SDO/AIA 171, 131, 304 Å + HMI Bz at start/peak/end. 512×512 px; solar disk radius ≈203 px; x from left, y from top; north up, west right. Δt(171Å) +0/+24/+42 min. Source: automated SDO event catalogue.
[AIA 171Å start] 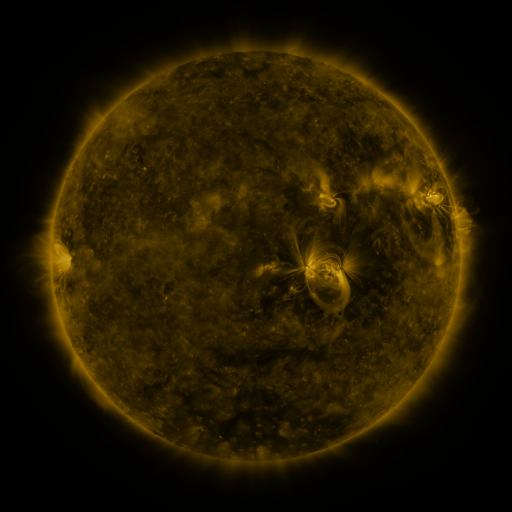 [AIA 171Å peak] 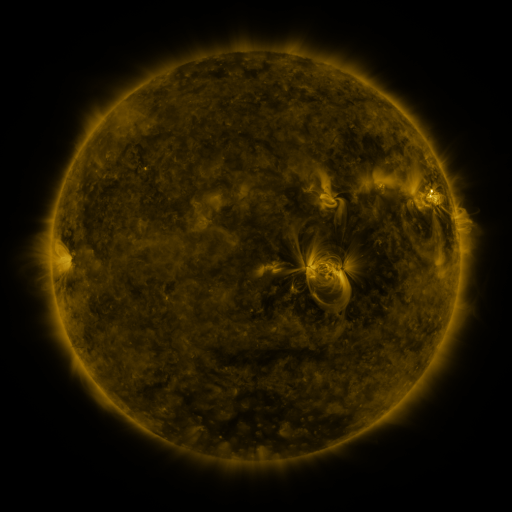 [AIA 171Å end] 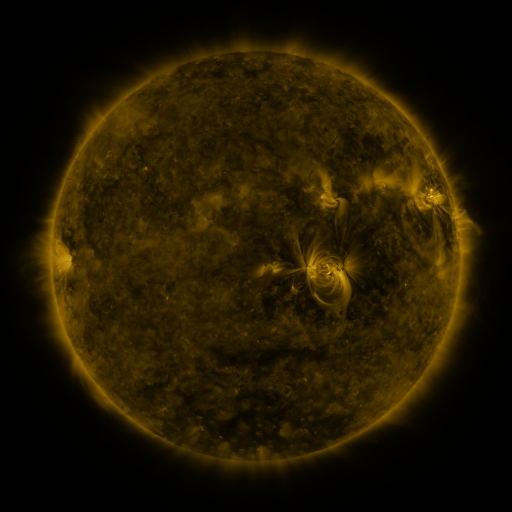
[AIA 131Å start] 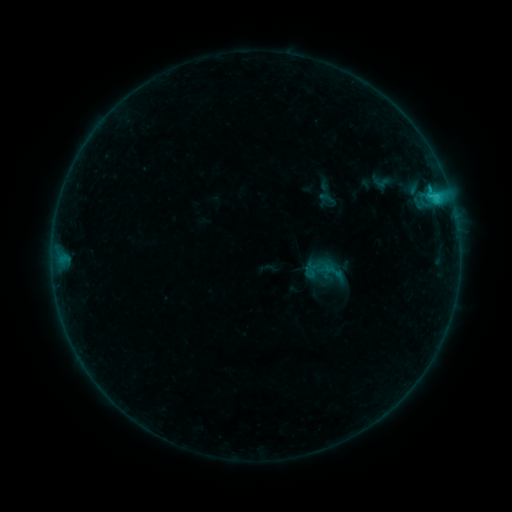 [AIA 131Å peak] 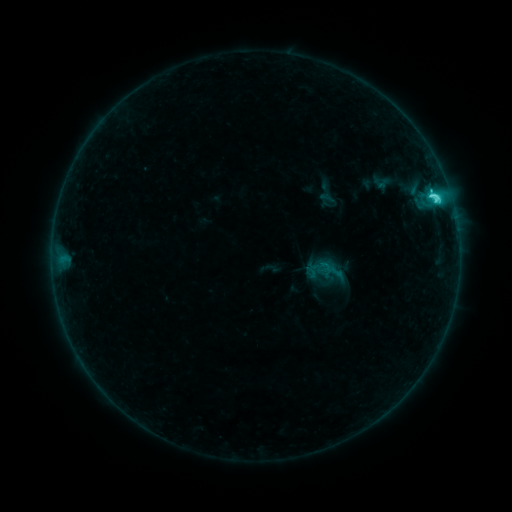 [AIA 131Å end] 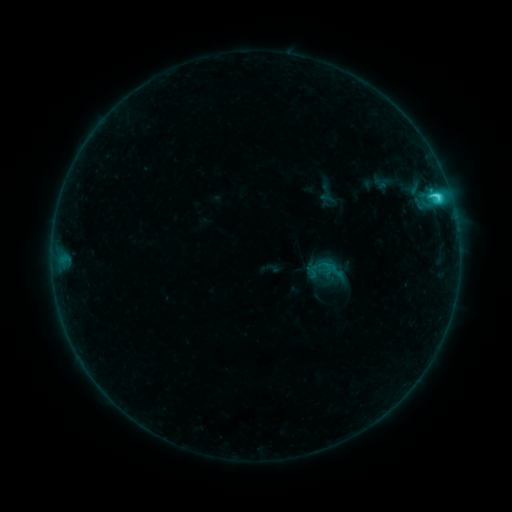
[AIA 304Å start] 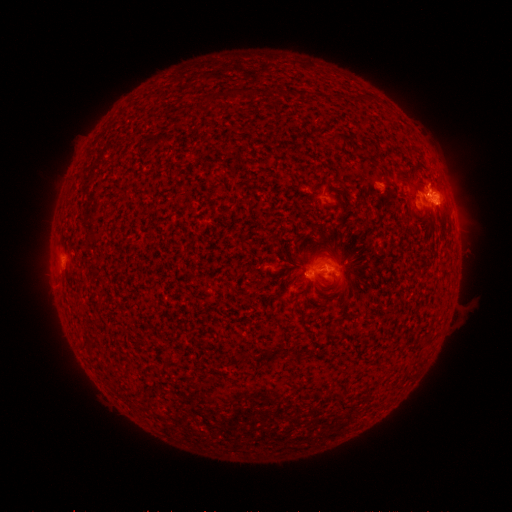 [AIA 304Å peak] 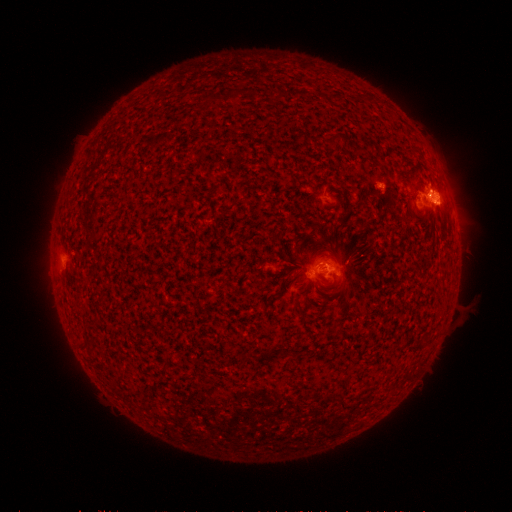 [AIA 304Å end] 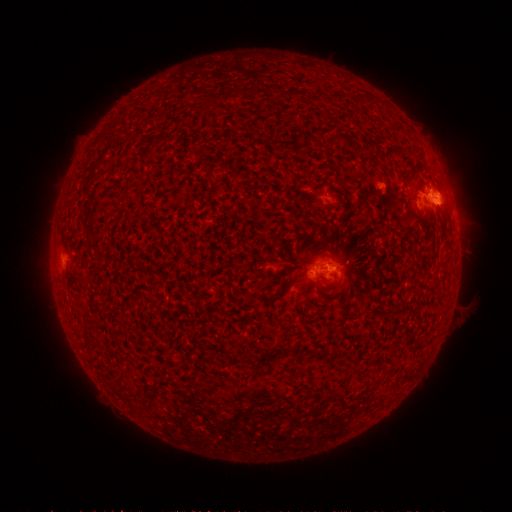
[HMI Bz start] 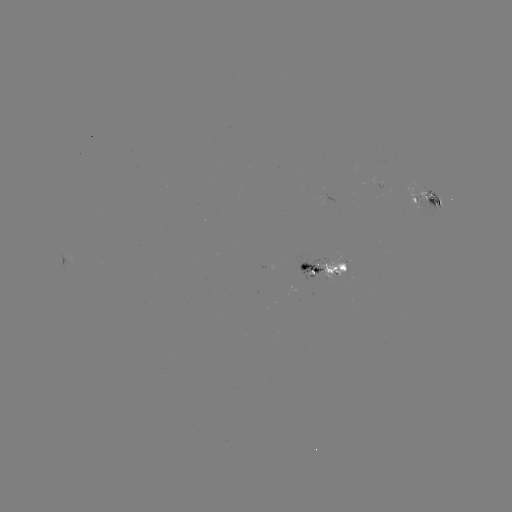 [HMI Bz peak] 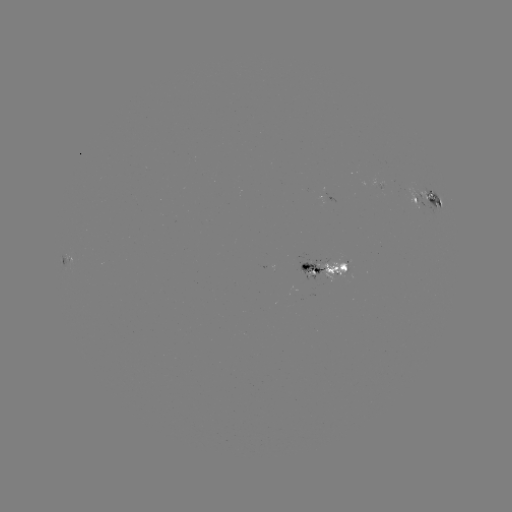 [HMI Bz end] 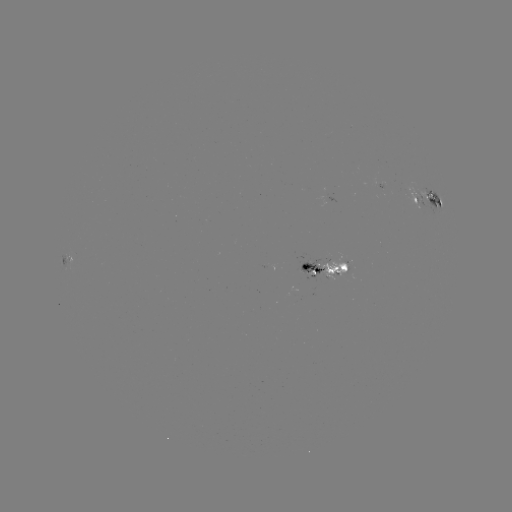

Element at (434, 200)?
C4.2 flare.